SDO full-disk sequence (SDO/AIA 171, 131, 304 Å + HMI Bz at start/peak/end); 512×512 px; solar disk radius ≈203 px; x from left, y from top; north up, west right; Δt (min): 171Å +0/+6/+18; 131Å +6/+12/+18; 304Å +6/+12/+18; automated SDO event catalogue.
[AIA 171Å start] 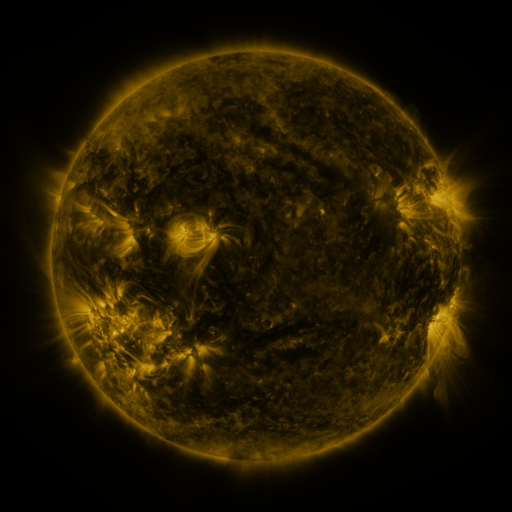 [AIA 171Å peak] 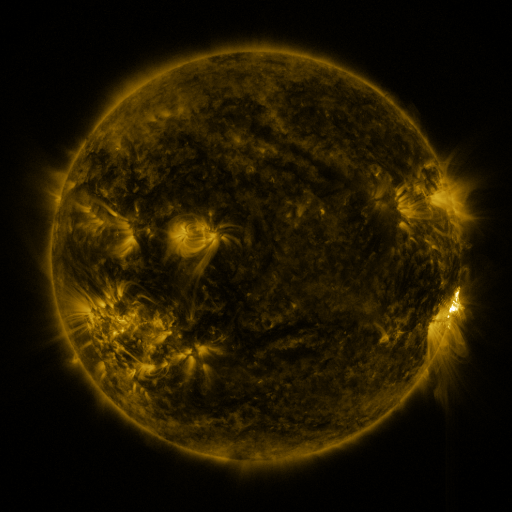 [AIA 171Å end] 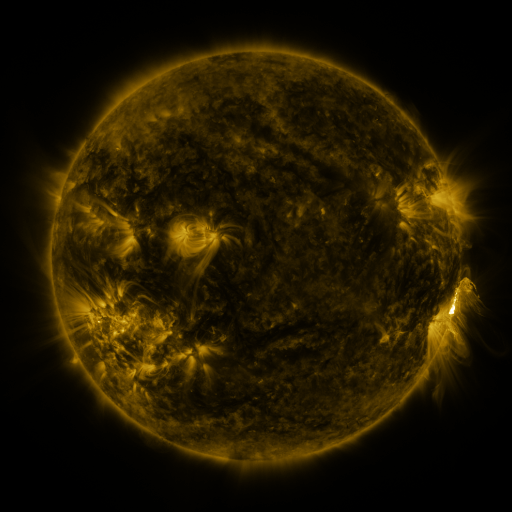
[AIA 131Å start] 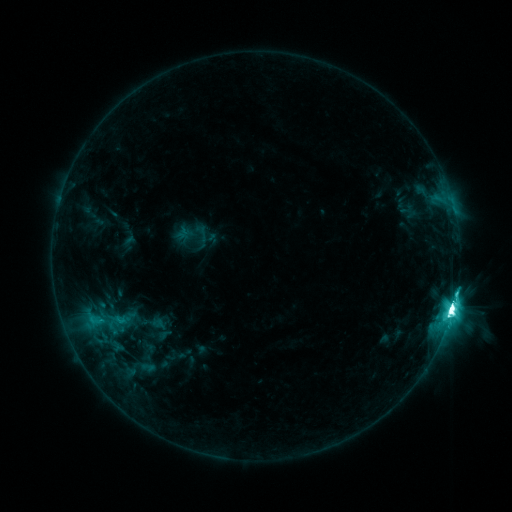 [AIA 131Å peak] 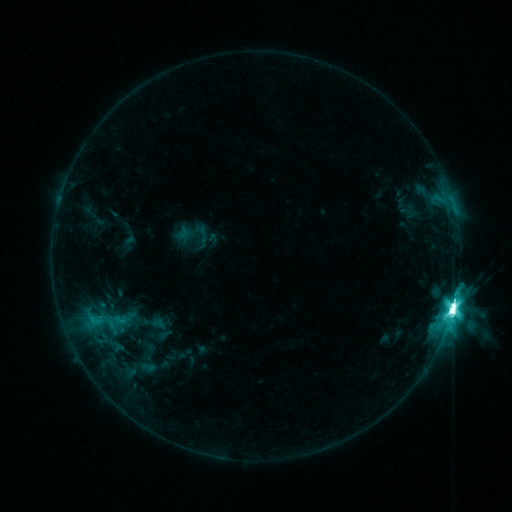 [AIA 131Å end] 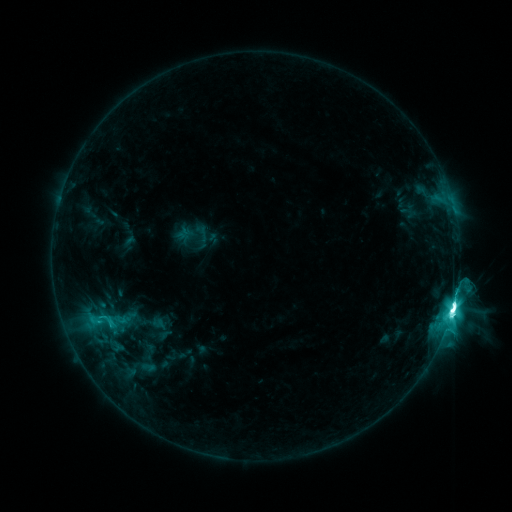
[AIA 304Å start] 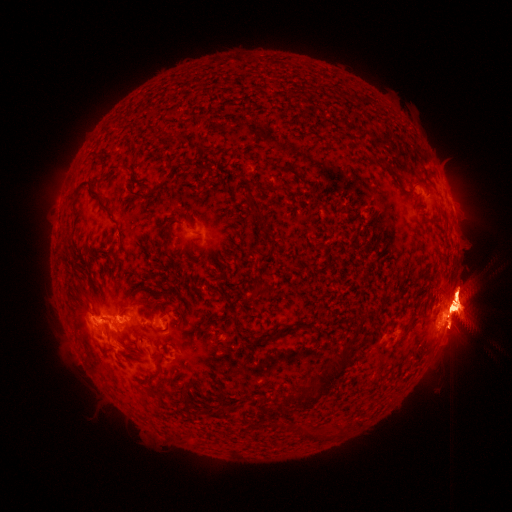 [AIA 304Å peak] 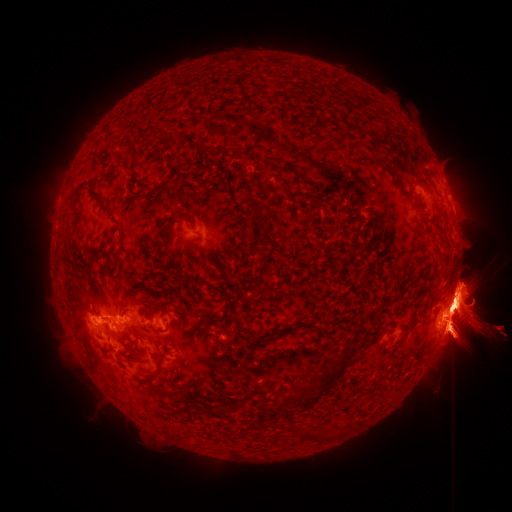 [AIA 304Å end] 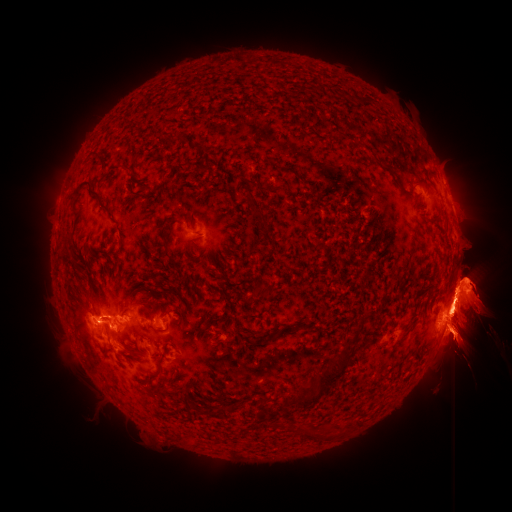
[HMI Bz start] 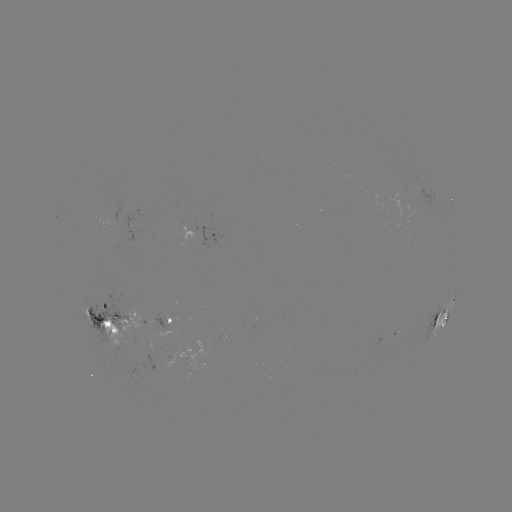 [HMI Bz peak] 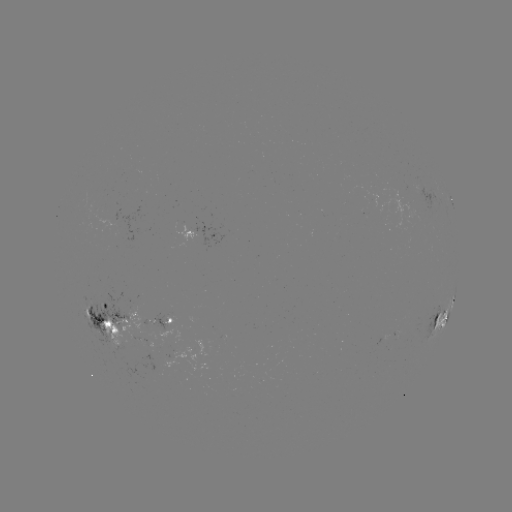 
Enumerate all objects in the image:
eruption: (67, 173)
